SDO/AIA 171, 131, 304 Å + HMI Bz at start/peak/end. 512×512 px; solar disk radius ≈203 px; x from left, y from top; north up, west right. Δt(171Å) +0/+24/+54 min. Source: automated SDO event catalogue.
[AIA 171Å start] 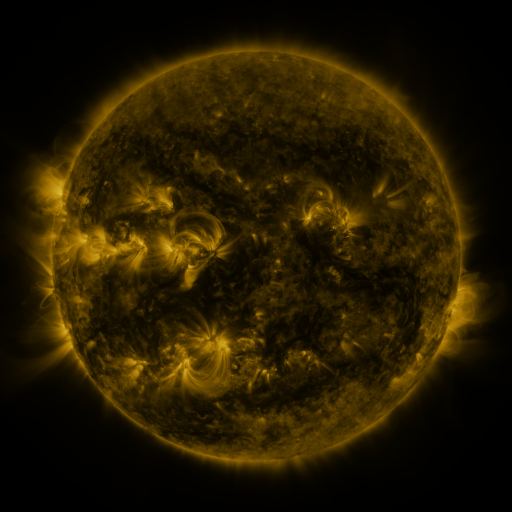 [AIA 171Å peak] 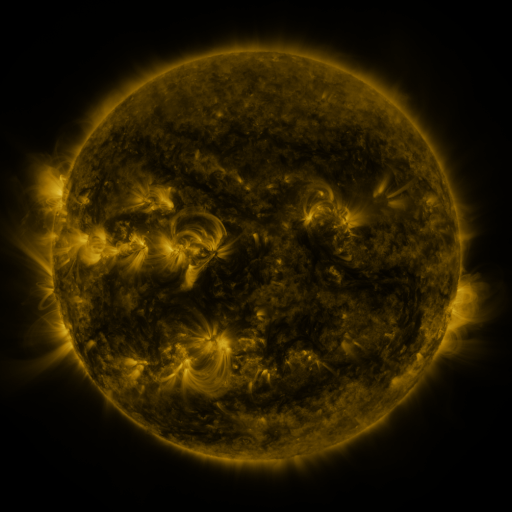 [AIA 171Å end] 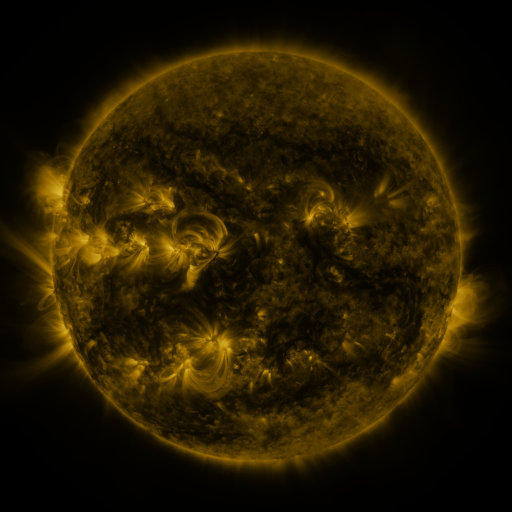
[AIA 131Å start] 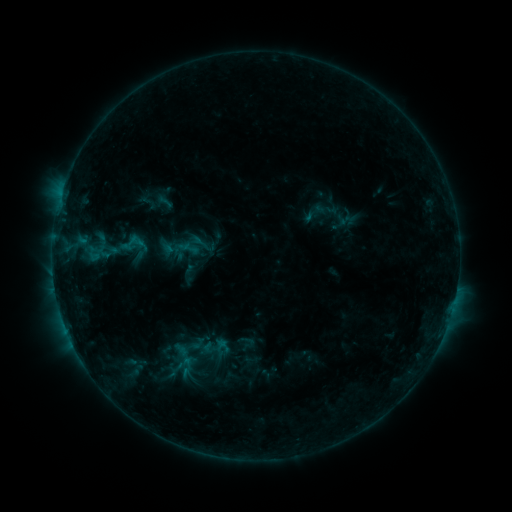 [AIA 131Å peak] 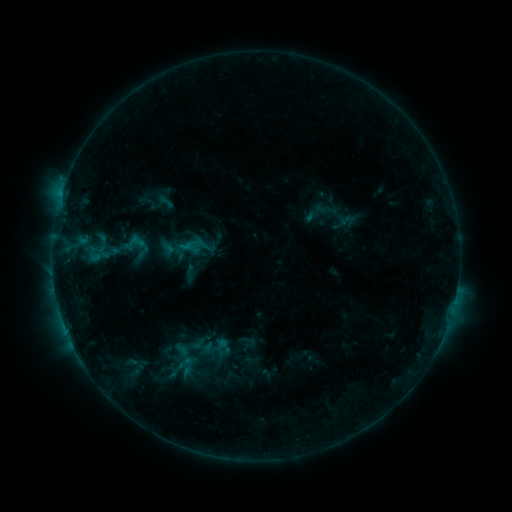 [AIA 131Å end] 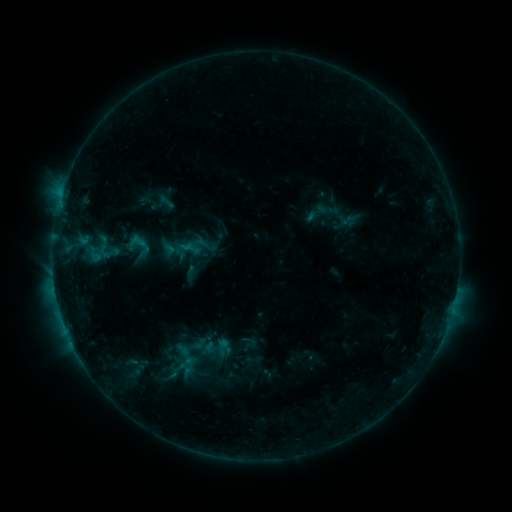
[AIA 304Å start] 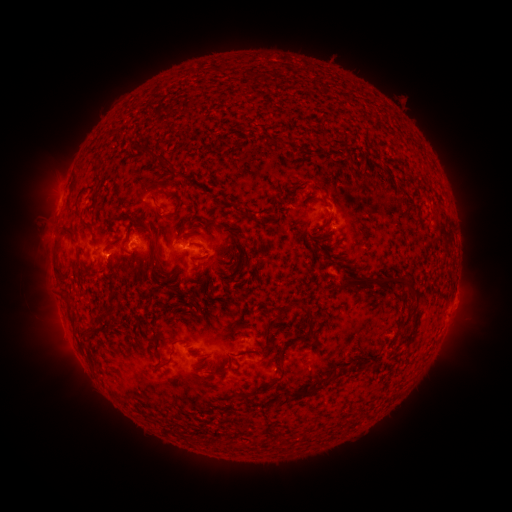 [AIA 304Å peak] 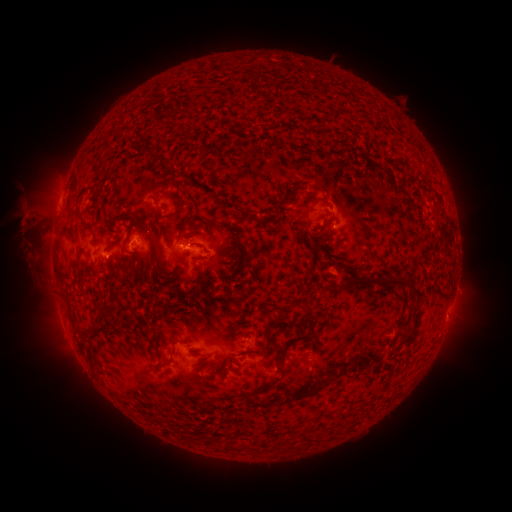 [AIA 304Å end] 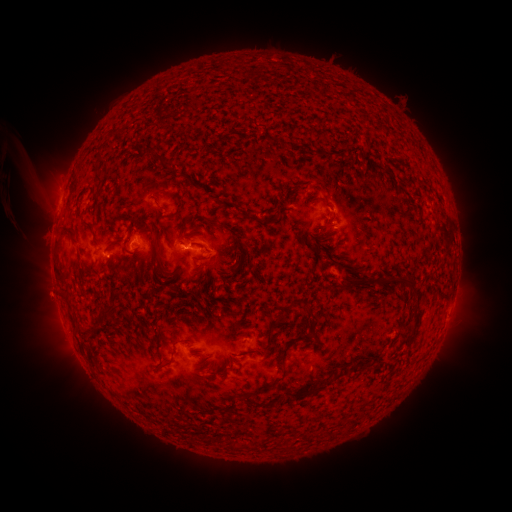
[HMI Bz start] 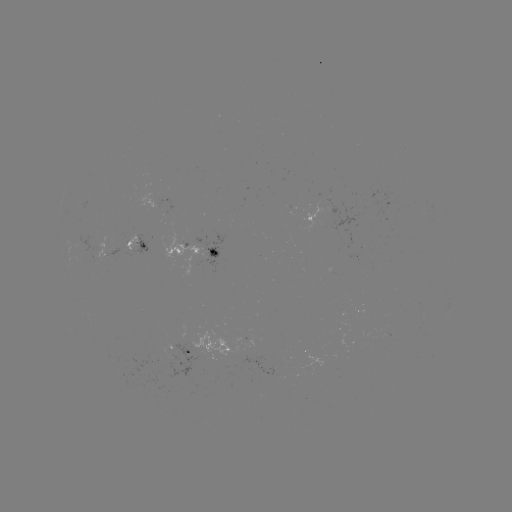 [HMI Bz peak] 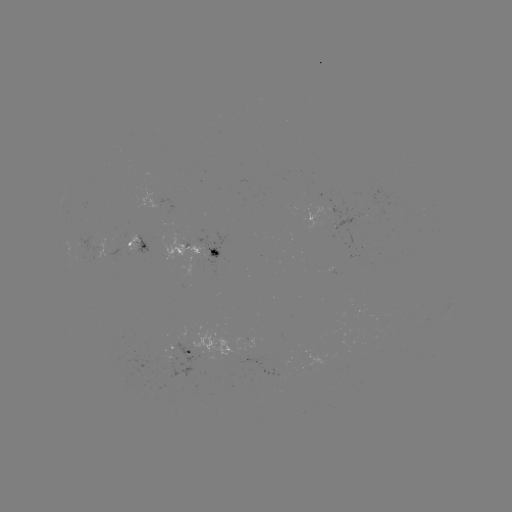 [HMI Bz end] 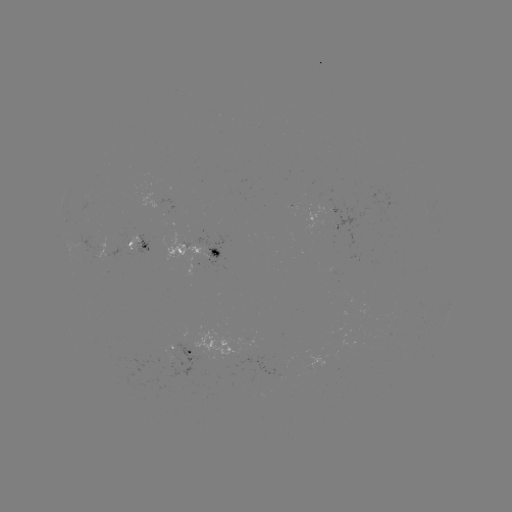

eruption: [0, 168, 73, 332]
